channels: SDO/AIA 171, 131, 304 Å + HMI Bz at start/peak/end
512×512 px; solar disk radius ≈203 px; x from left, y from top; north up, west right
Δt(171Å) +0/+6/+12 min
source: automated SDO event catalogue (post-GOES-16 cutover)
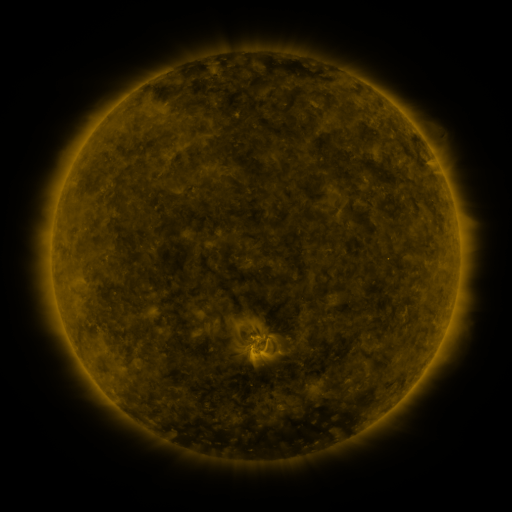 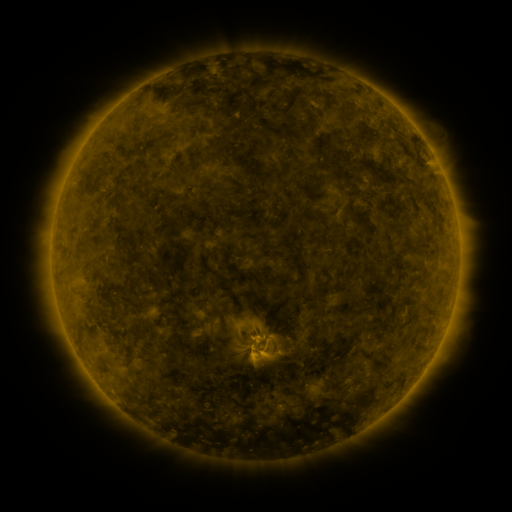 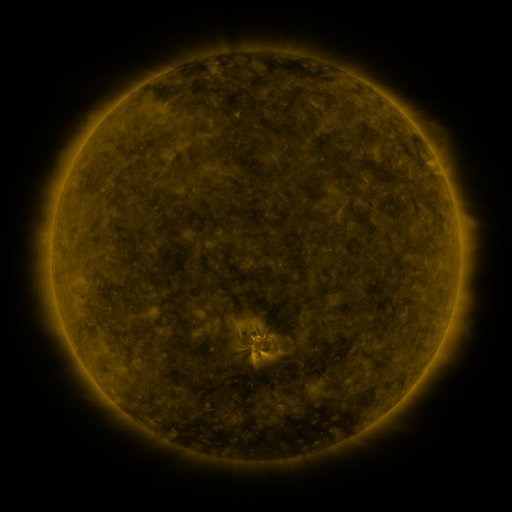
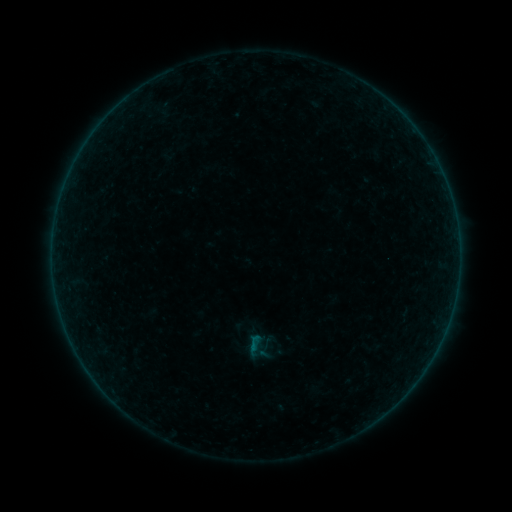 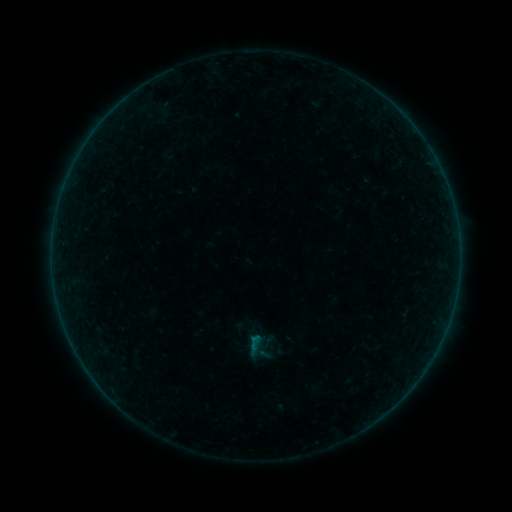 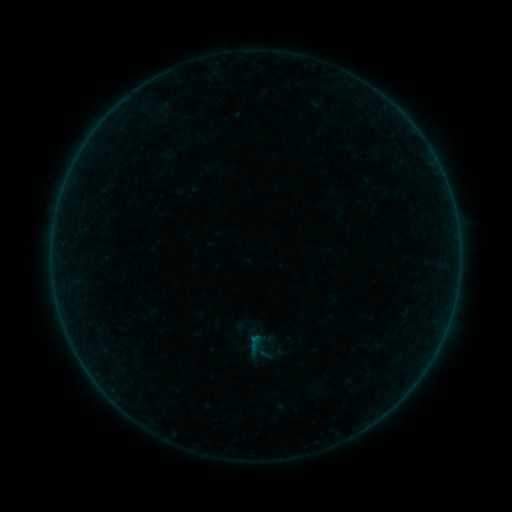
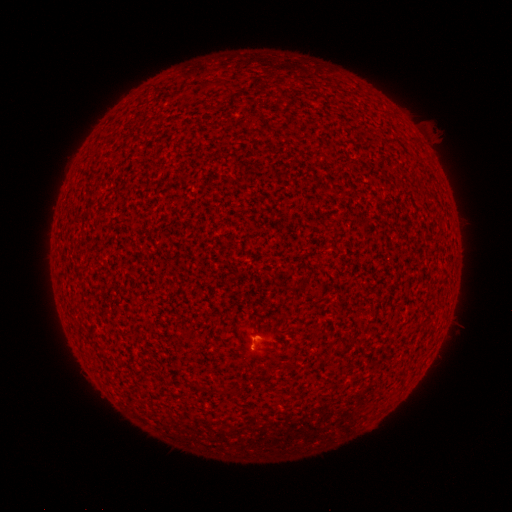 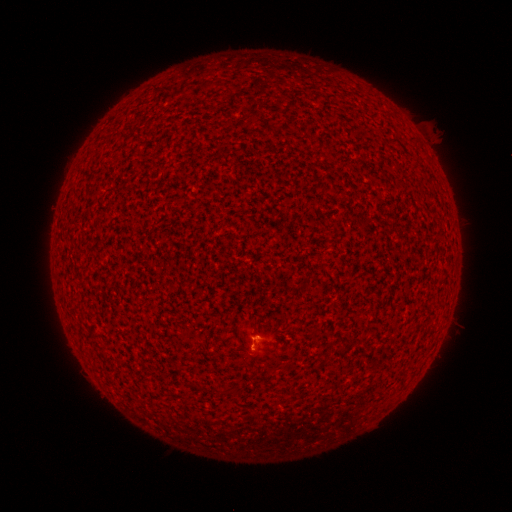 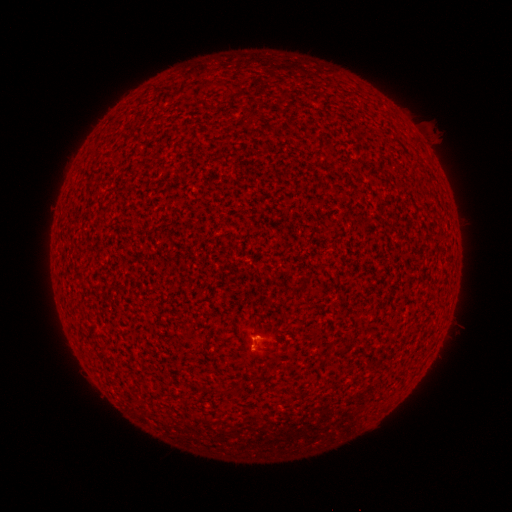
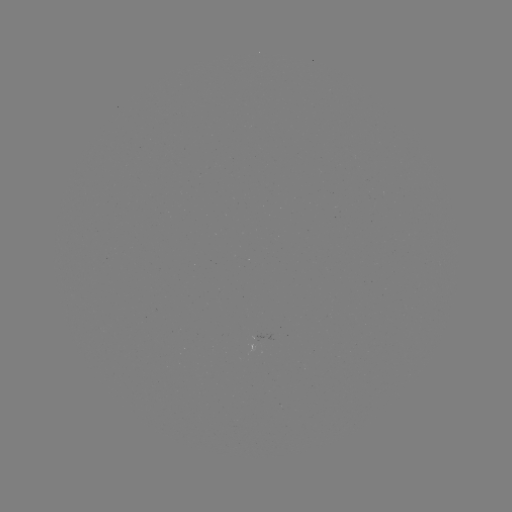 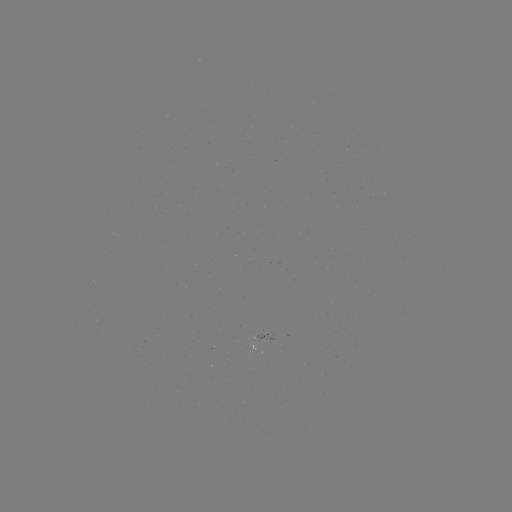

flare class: B2.3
